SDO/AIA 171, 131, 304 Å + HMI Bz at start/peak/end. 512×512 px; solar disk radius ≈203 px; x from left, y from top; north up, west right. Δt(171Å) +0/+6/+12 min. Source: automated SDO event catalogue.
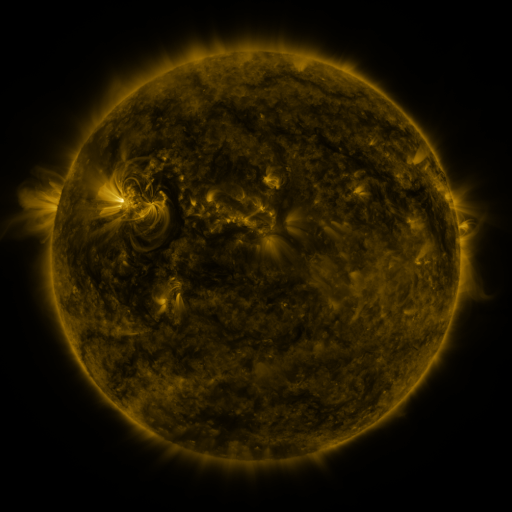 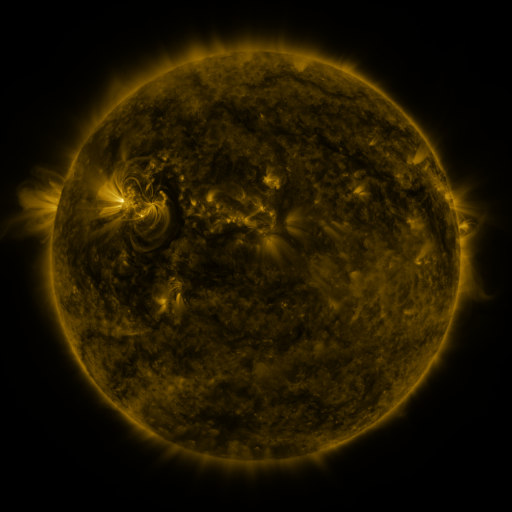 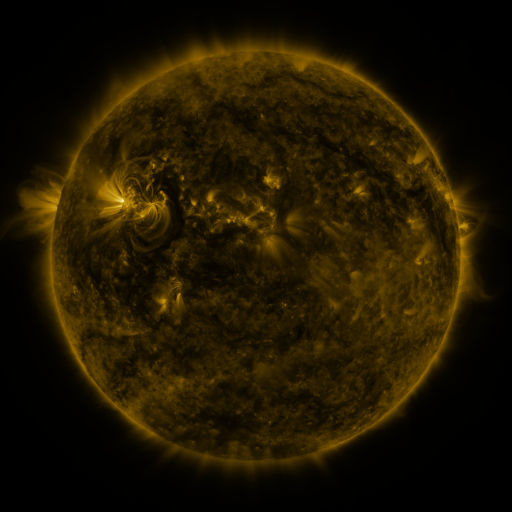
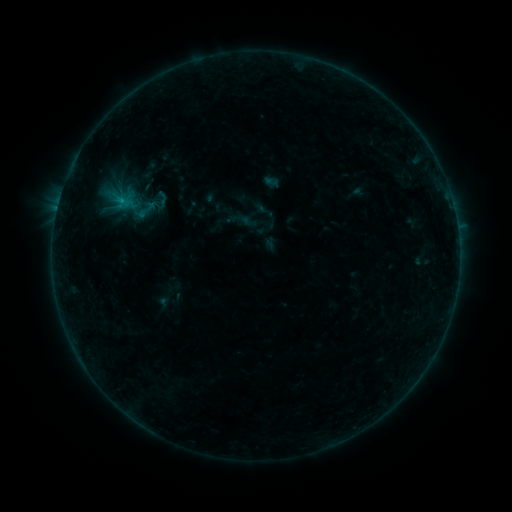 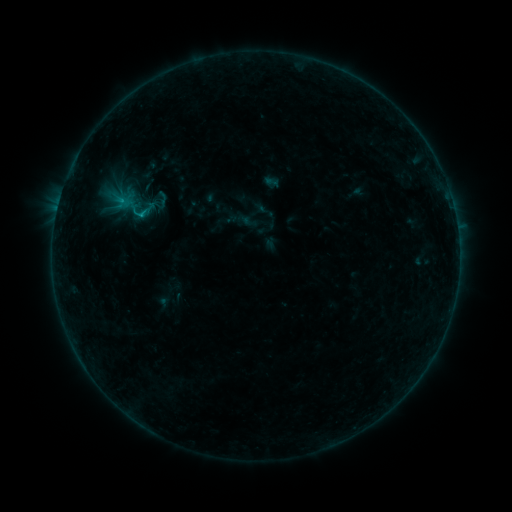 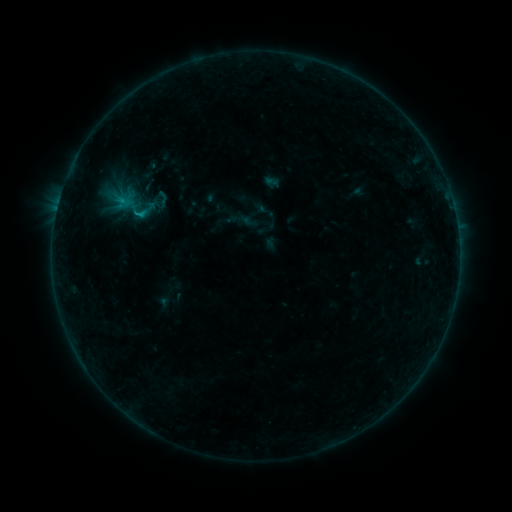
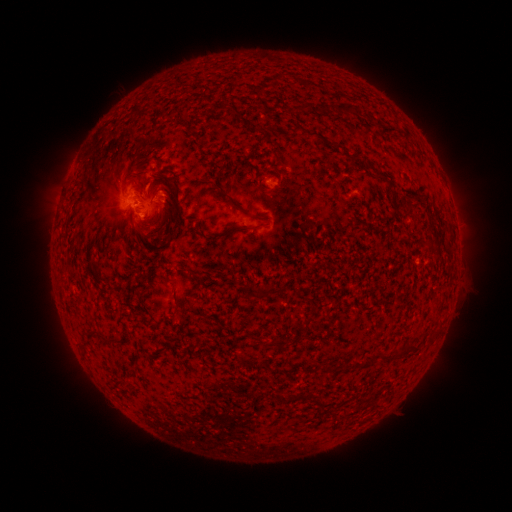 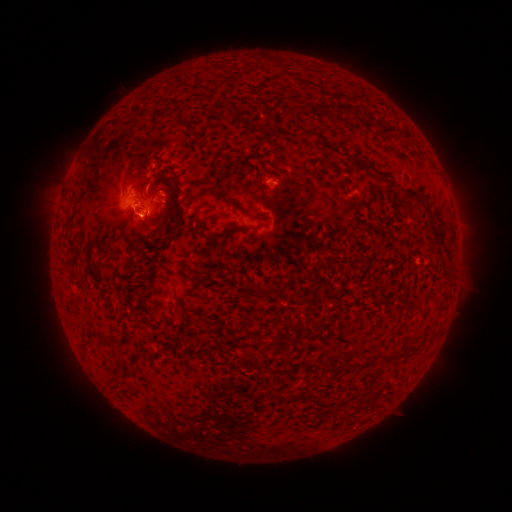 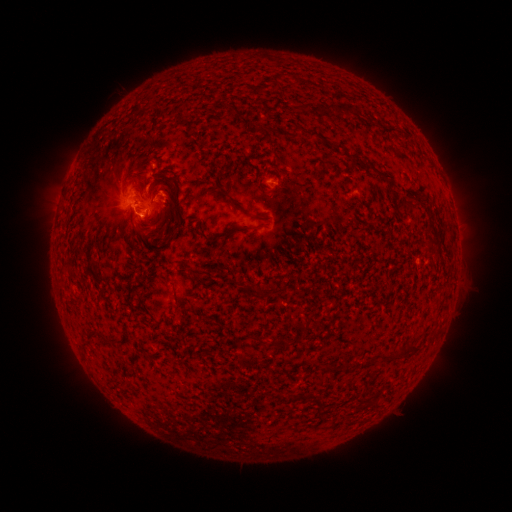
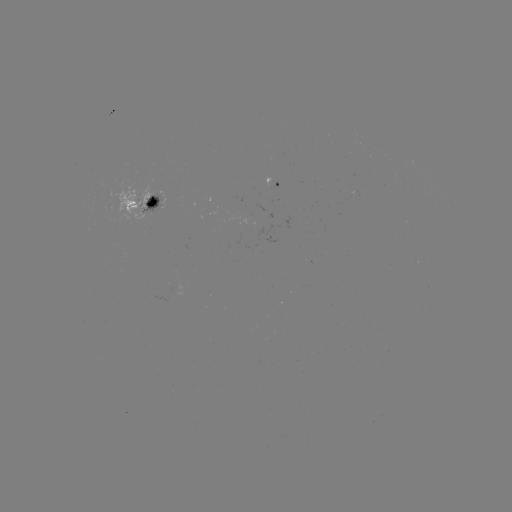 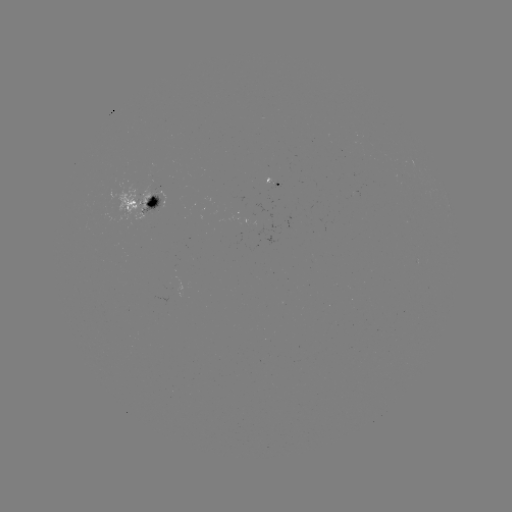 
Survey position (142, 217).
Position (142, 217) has B8.1 flare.